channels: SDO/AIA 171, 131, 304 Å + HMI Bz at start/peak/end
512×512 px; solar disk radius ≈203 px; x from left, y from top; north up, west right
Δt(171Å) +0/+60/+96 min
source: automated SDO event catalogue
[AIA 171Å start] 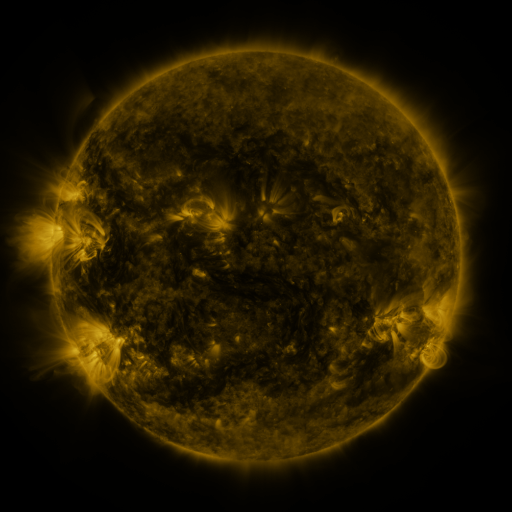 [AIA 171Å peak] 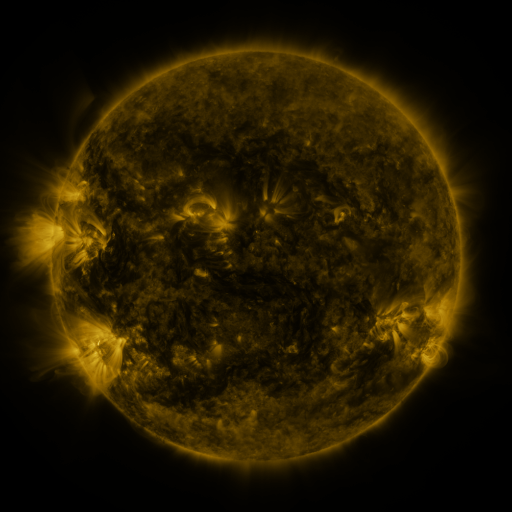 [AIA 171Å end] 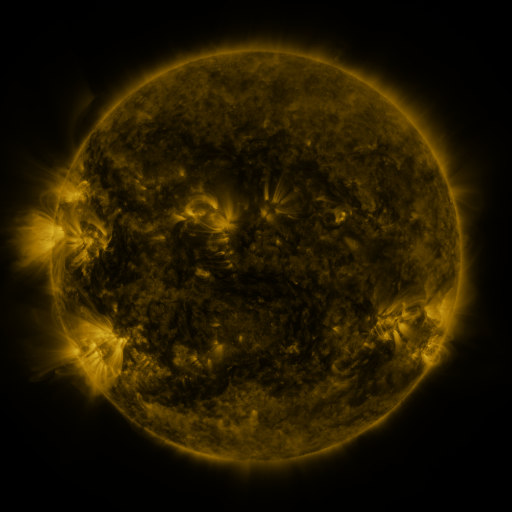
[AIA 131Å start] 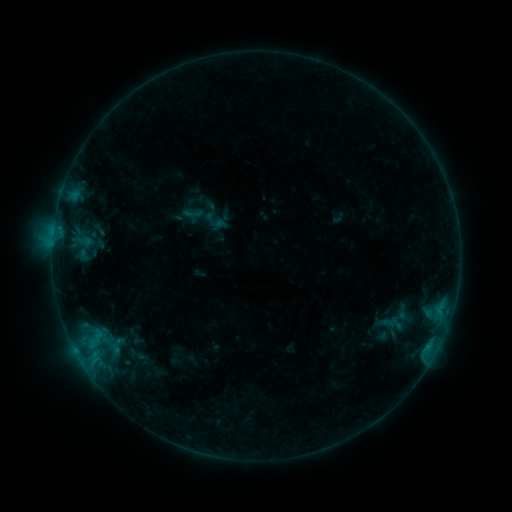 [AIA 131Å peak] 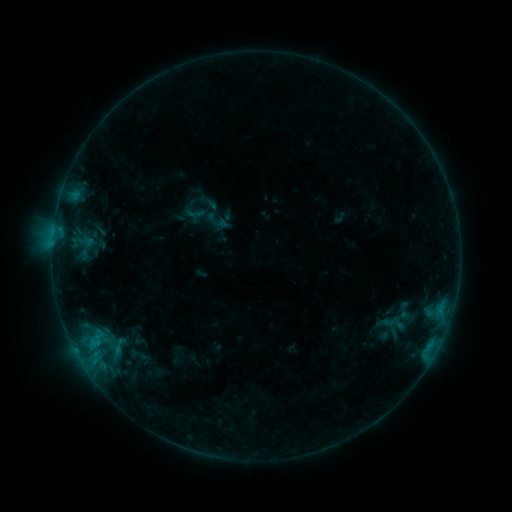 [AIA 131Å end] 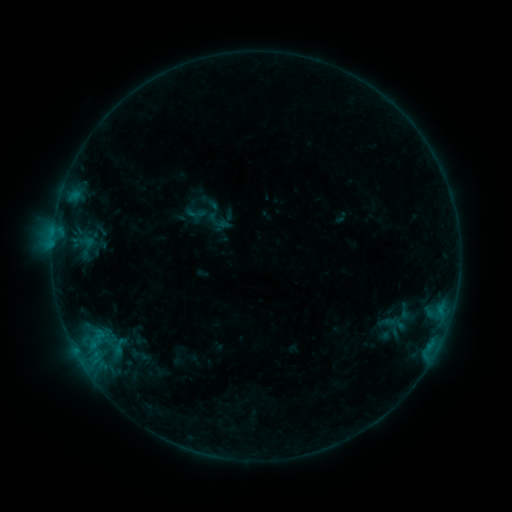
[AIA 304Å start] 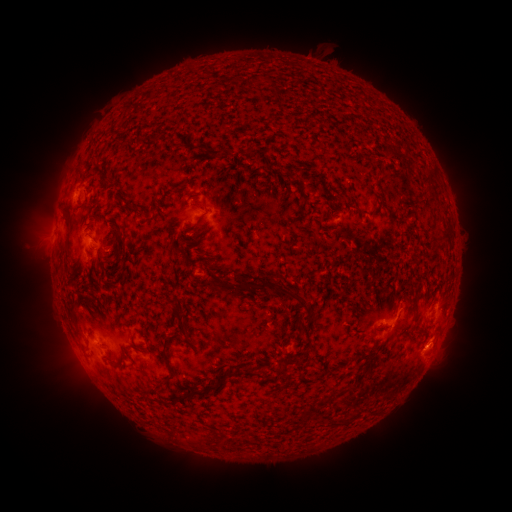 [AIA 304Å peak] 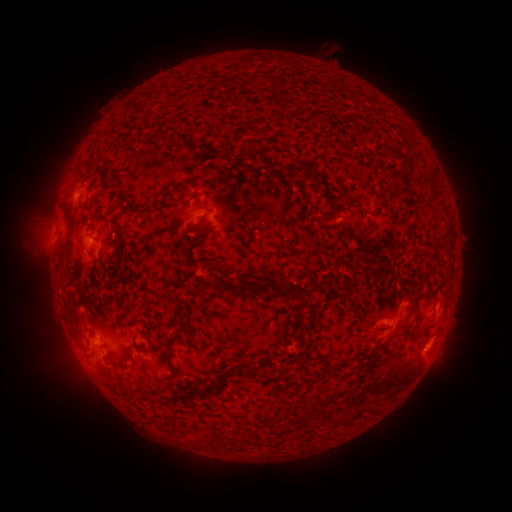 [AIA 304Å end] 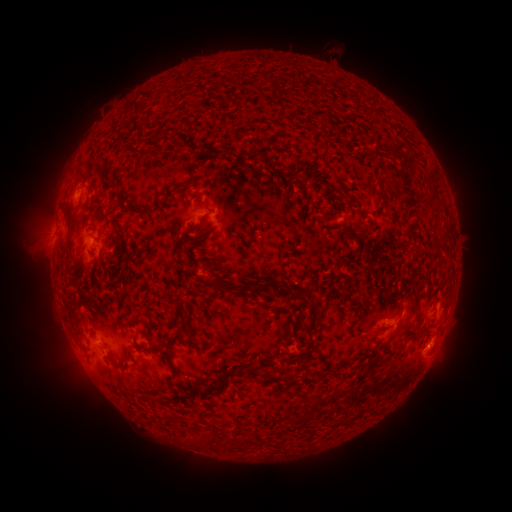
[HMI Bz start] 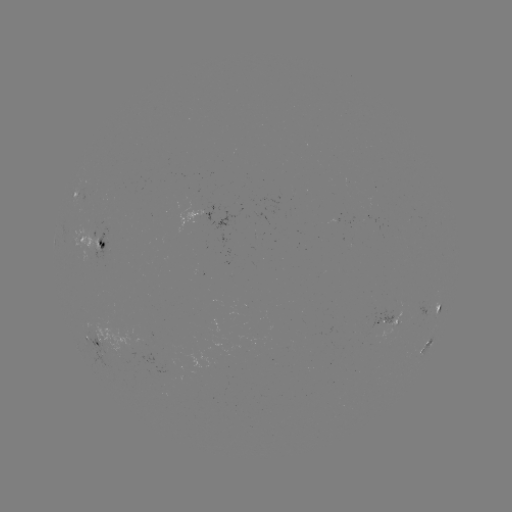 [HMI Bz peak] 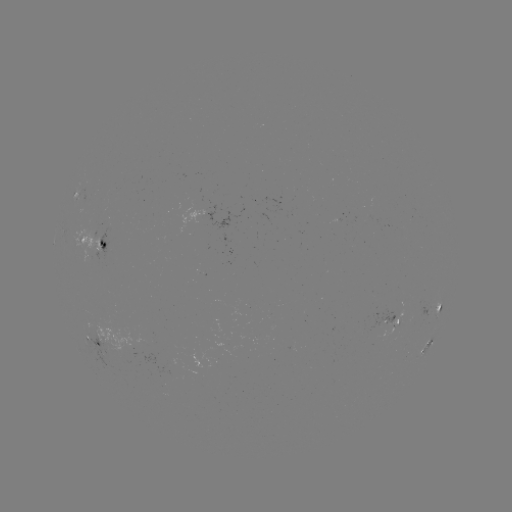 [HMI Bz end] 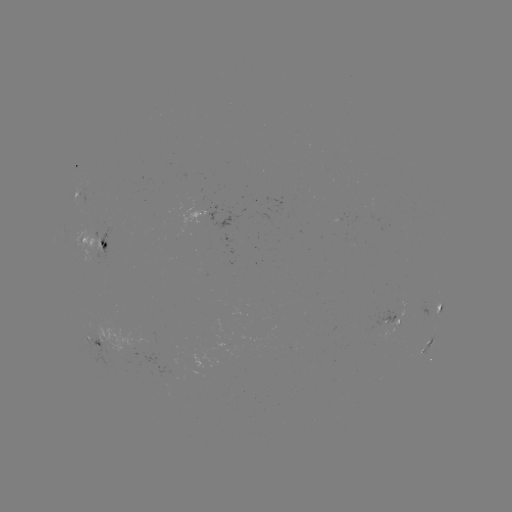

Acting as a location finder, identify emerging-flux region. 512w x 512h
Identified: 197,216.